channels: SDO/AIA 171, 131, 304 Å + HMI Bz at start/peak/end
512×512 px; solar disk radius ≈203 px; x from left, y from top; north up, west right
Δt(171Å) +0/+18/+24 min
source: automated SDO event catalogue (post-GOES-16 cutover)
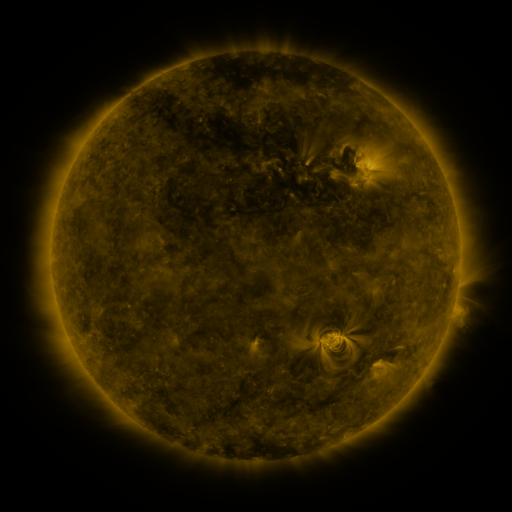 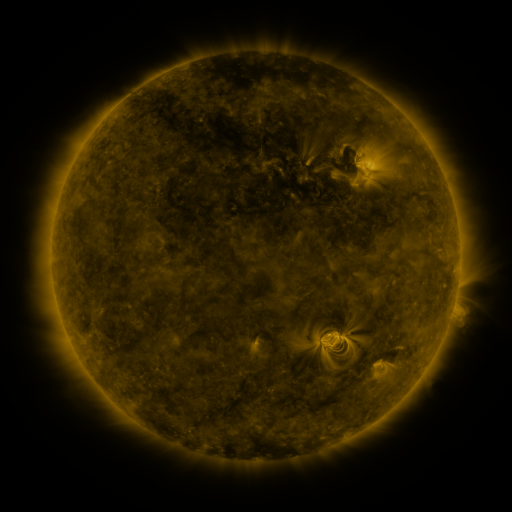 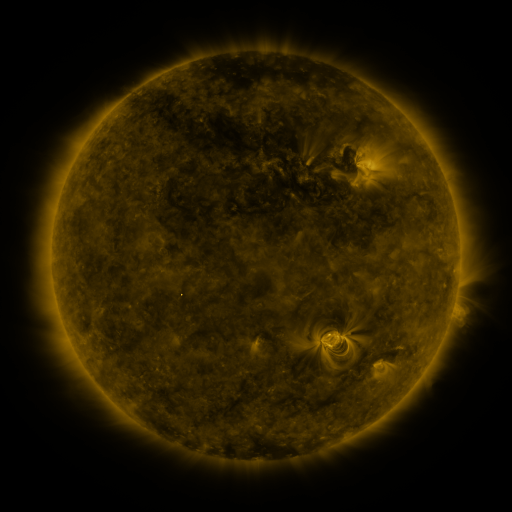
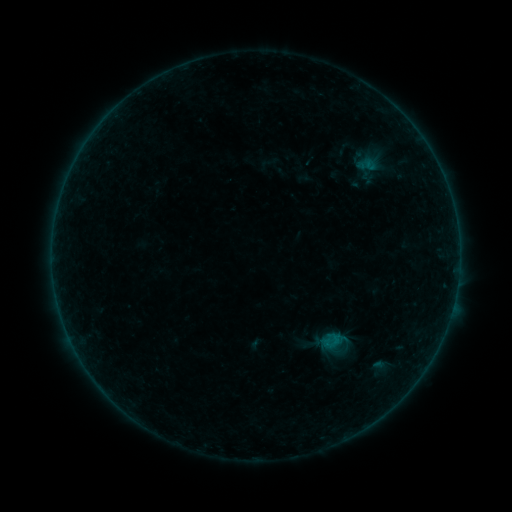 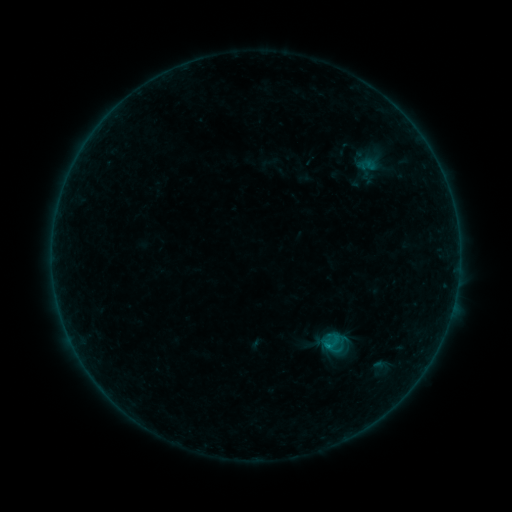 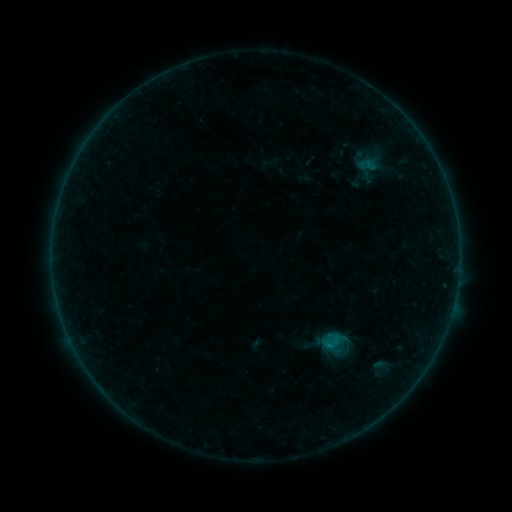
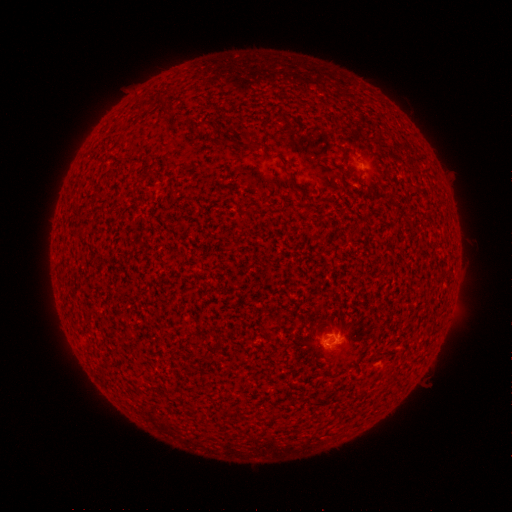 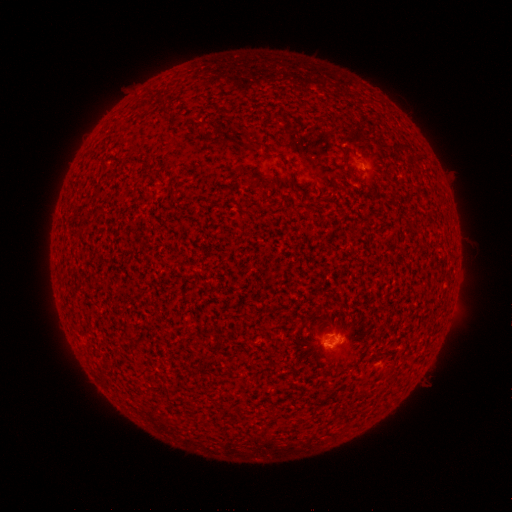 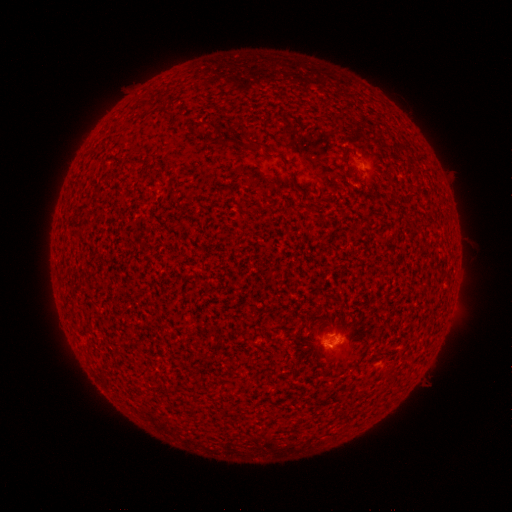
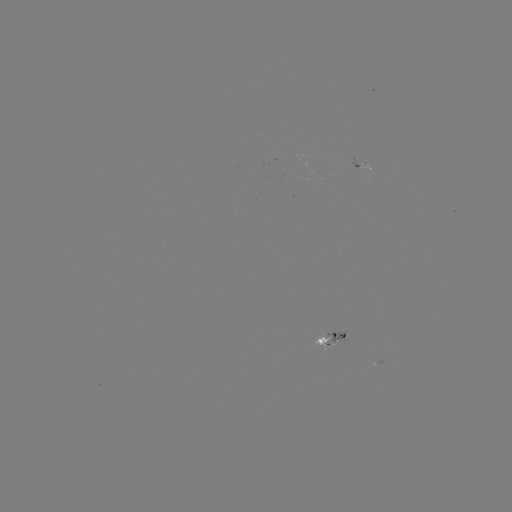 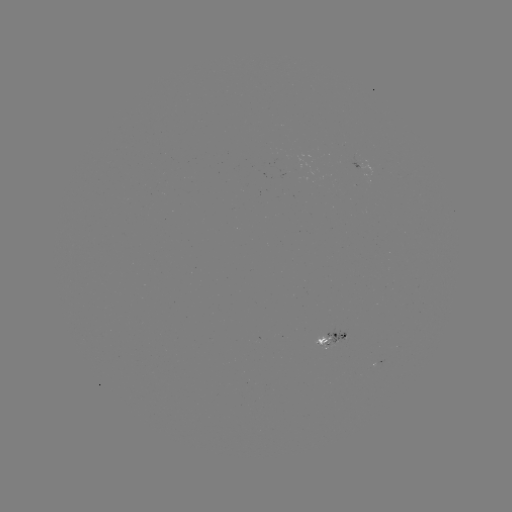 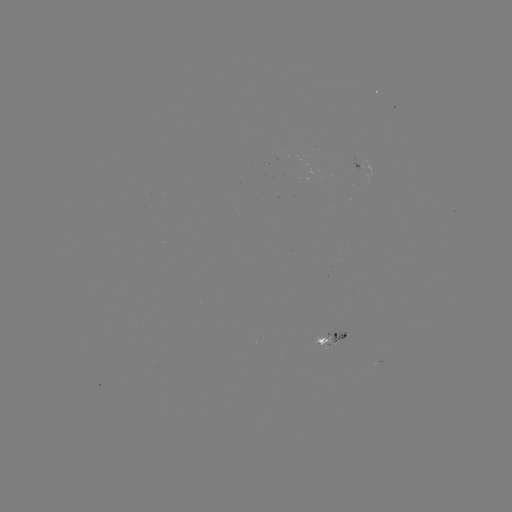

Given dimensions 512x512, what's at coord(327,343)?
B5.5 flare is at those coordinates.